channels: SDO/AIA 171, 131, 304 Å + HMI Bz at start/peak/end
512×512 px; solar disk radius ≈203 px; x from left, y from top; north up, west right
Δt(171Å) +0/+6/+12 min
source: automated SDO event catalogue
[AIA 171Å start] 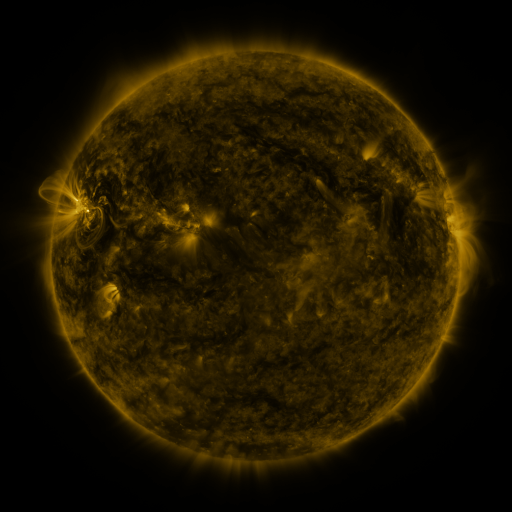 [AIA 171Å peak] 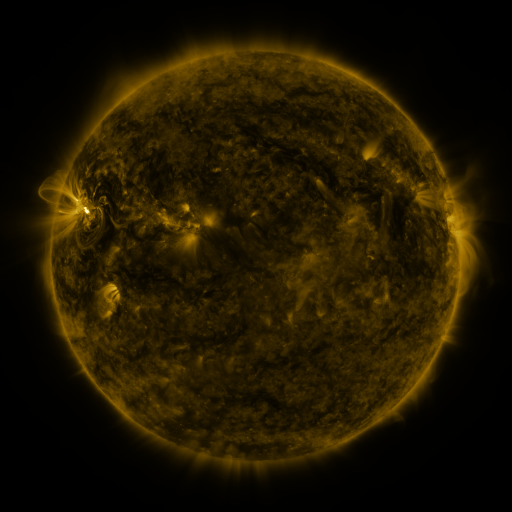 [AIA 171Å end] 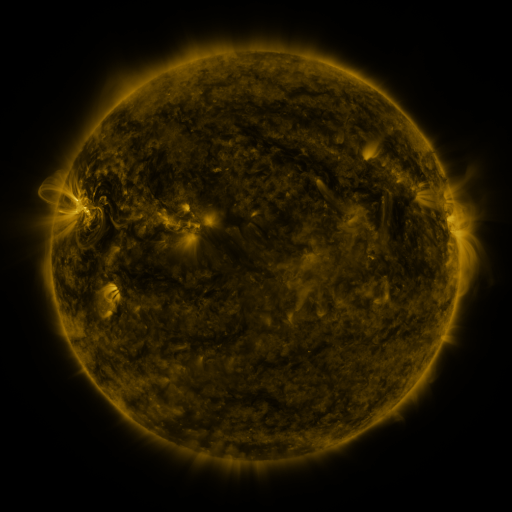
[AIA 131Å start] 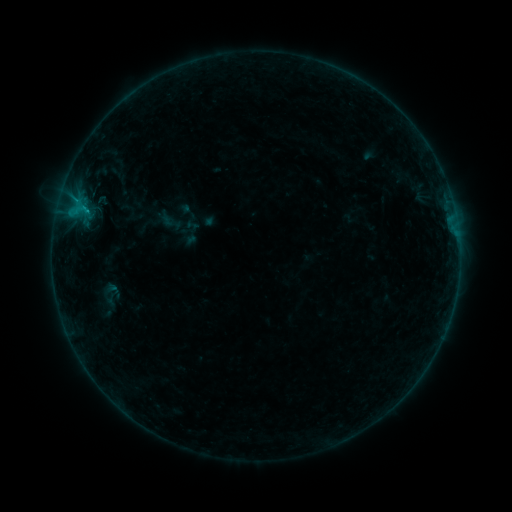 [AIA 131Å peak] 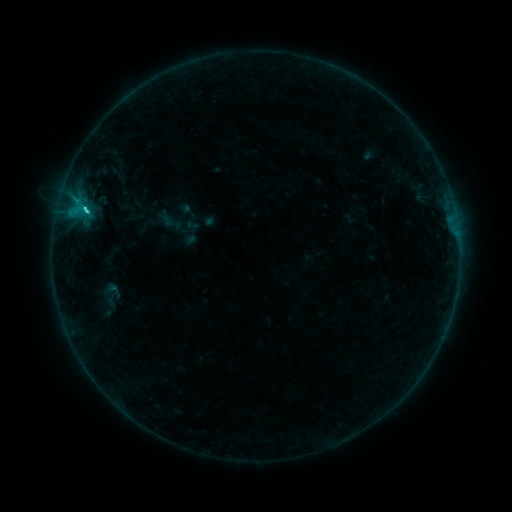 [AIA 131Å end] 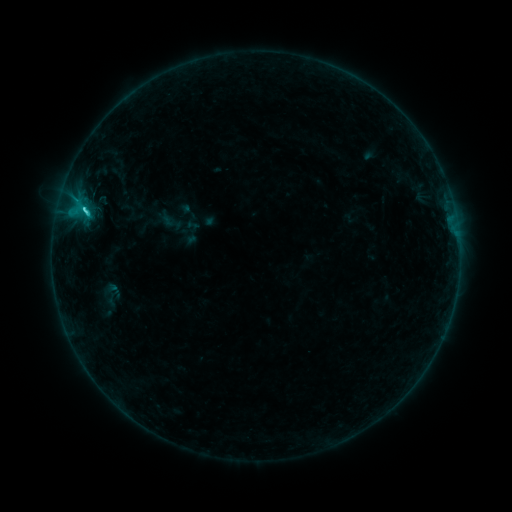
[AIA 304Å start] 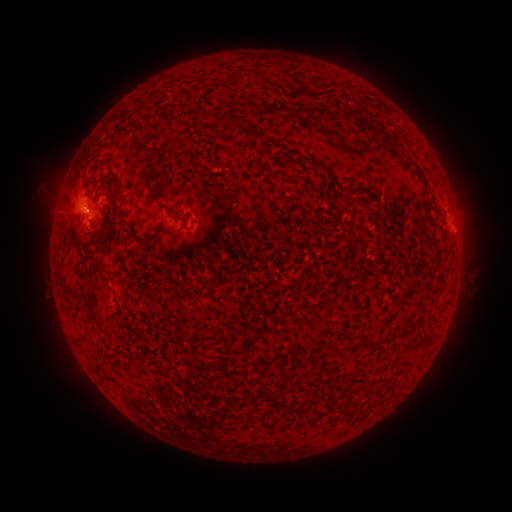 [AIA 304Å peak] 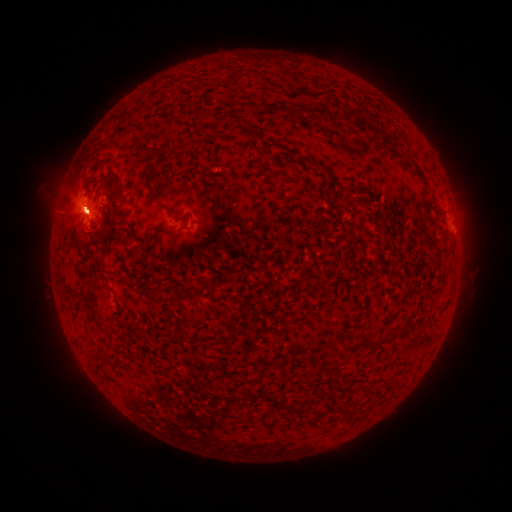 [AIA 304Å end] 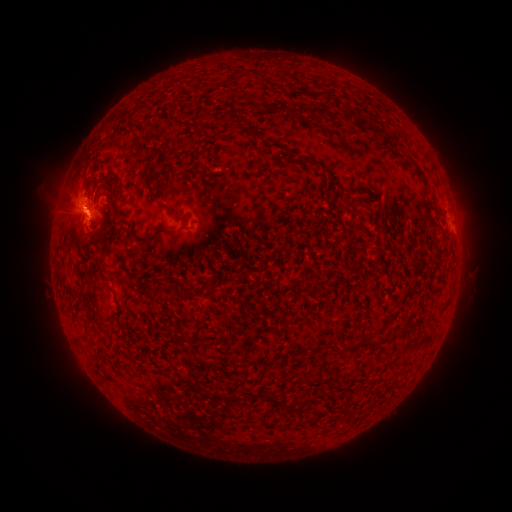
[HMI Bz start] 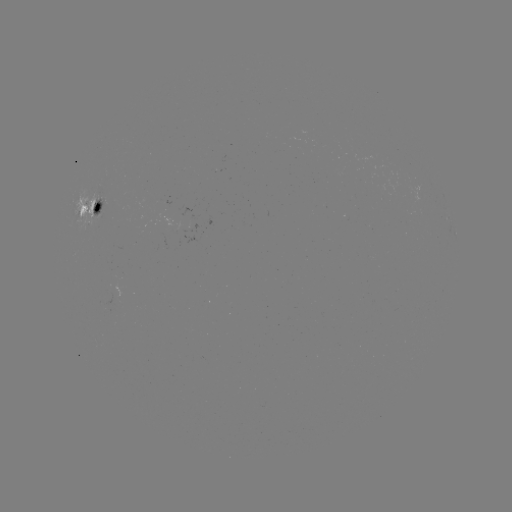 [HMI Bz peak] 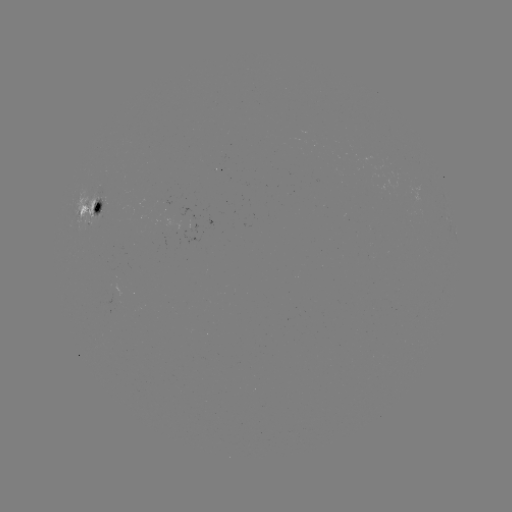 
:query C1.8 flare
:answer (87, 209)